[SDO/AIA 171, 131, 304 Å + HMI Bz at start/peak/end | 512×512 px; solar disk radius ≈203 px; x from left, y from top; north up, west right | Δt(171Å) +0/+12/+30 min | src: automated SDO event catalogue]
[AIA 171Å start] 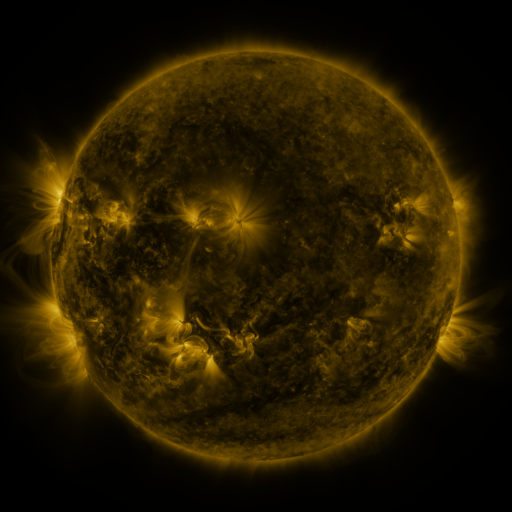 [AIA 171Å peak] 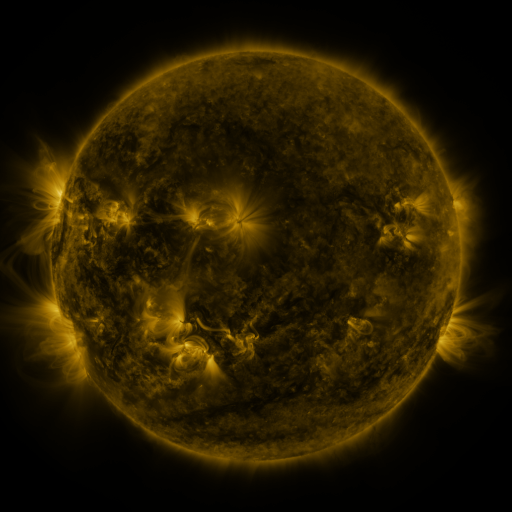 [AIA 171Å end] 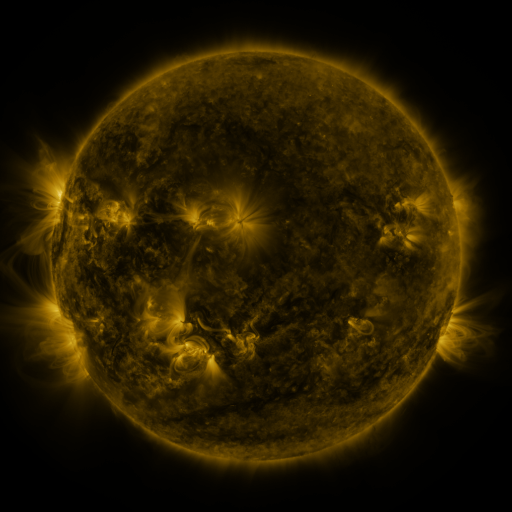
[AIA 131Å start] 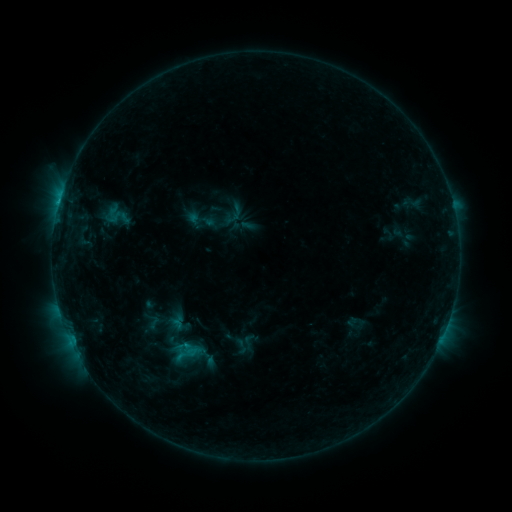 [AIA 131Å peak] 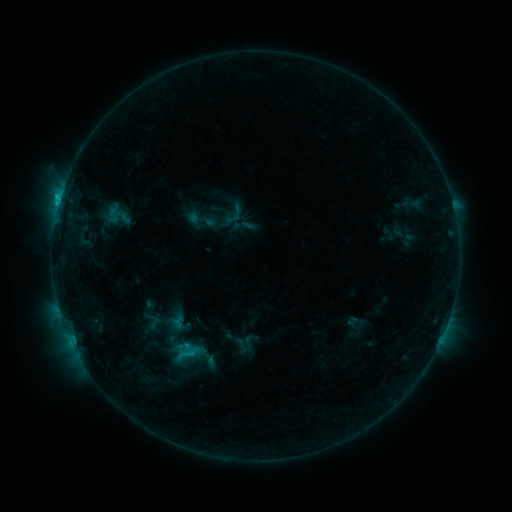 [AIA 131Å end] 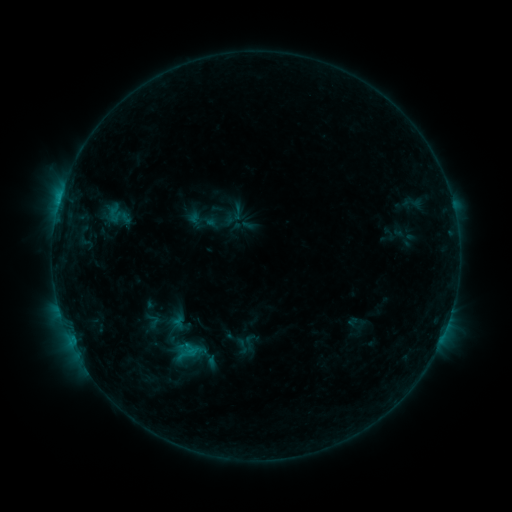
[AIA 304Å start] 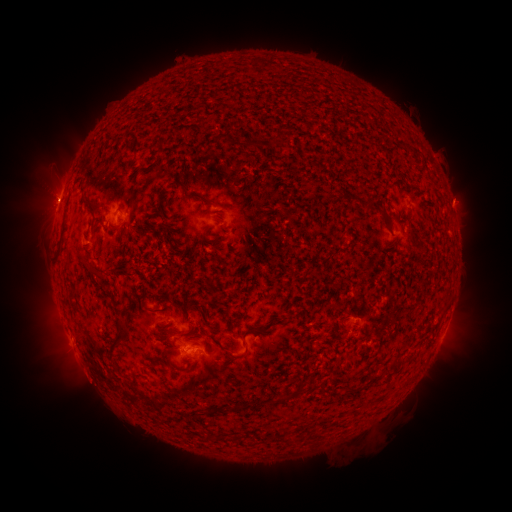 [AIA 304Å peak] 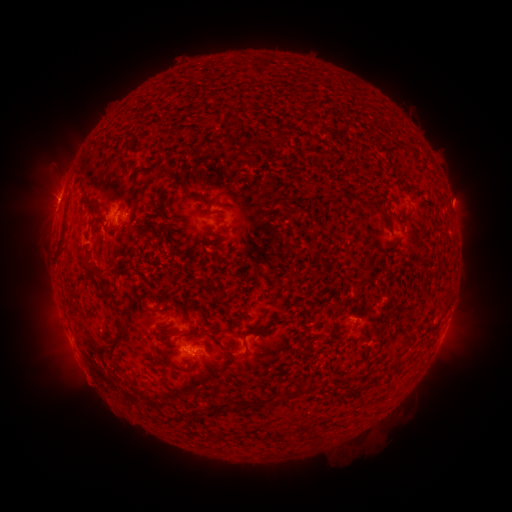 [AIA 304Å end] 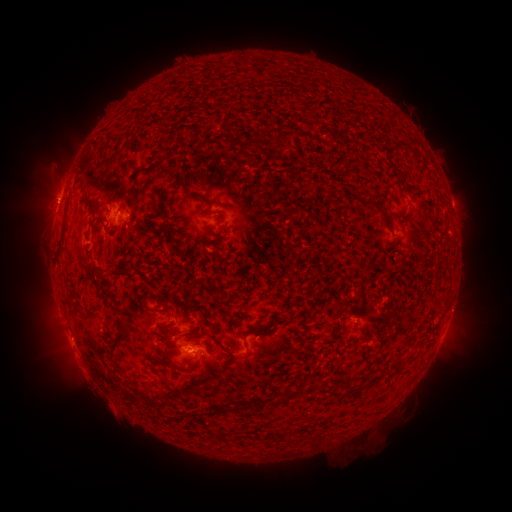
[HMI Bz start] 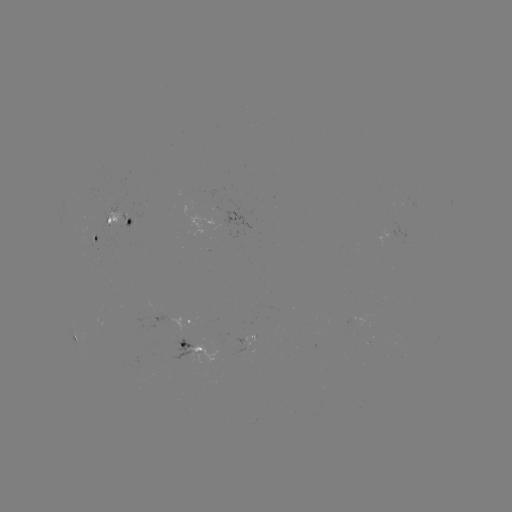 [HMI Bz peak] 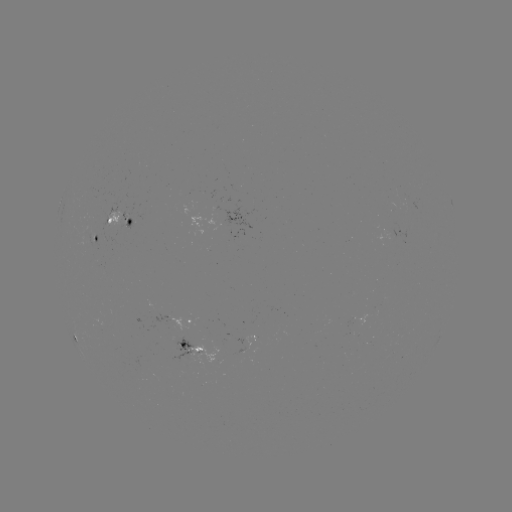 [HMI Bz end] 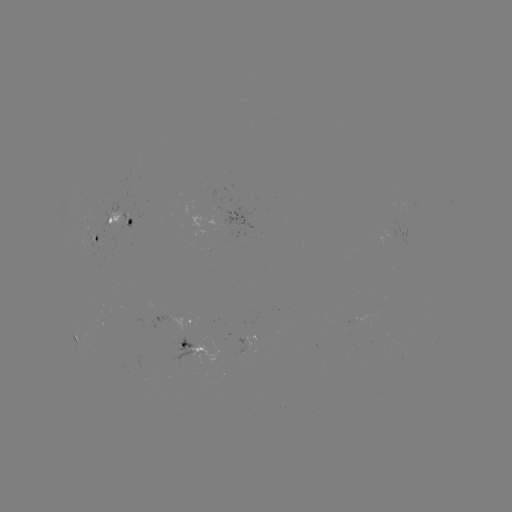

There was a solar flare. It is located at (60, 200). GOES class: C1.0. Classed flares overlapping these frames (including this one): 1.